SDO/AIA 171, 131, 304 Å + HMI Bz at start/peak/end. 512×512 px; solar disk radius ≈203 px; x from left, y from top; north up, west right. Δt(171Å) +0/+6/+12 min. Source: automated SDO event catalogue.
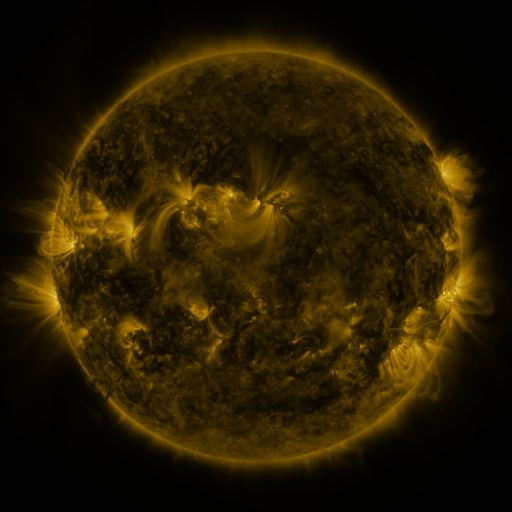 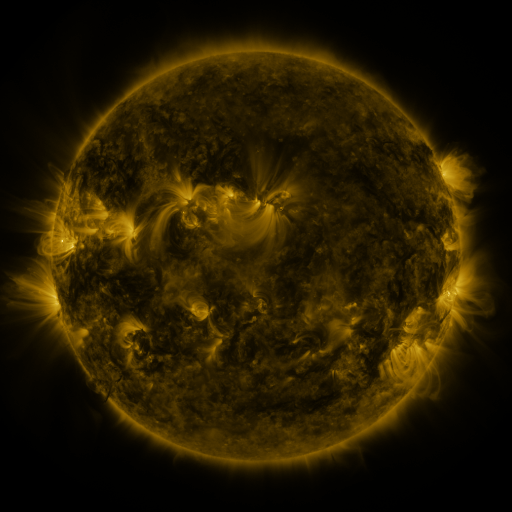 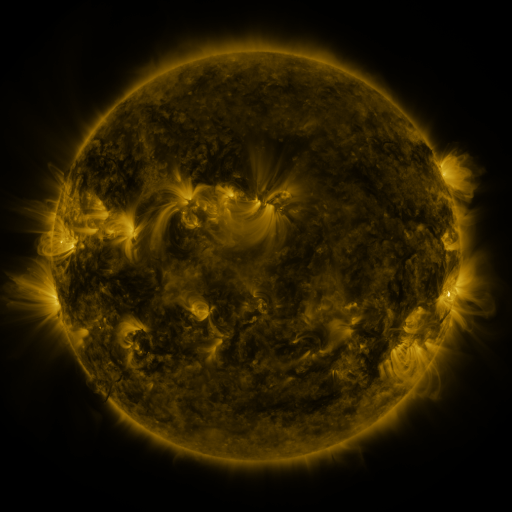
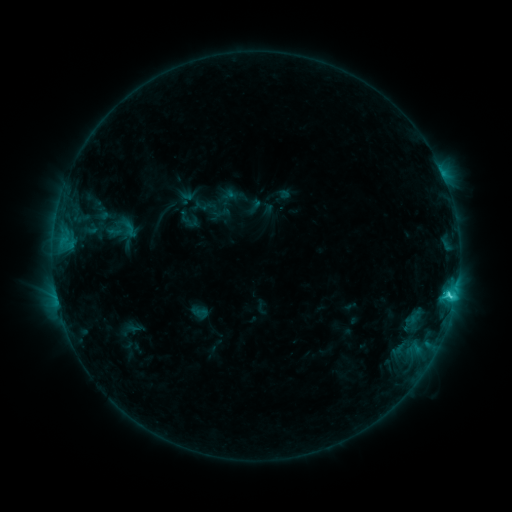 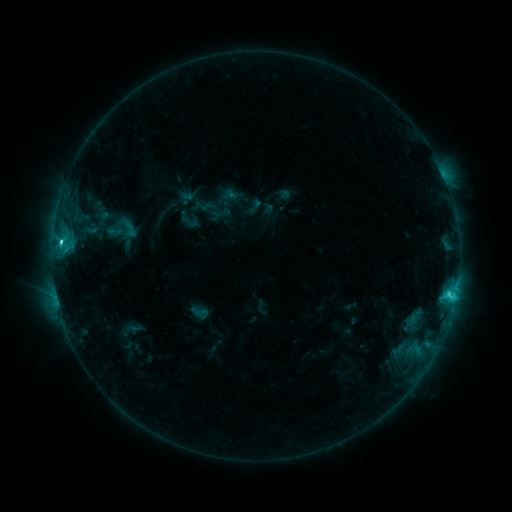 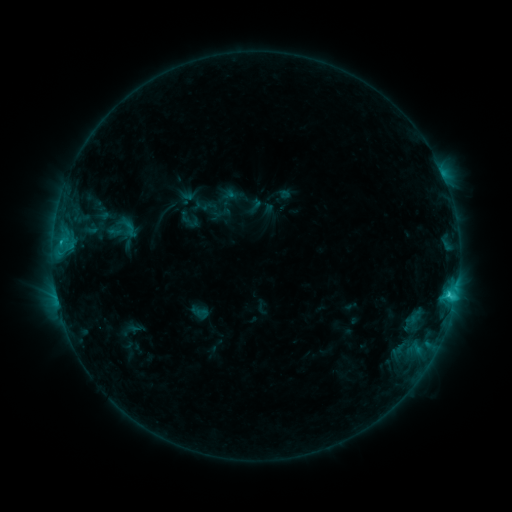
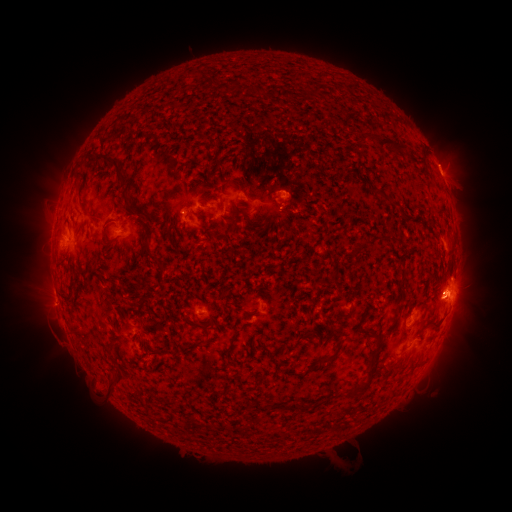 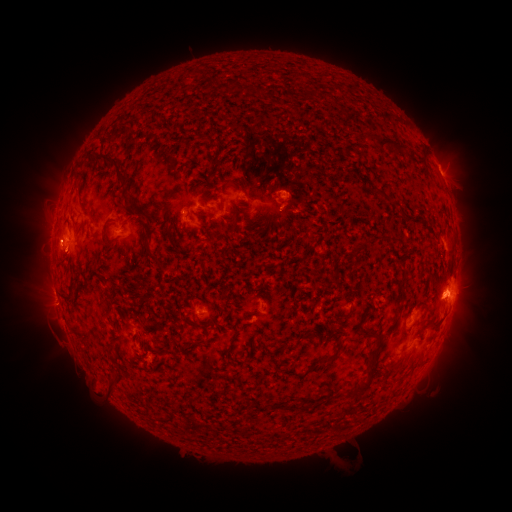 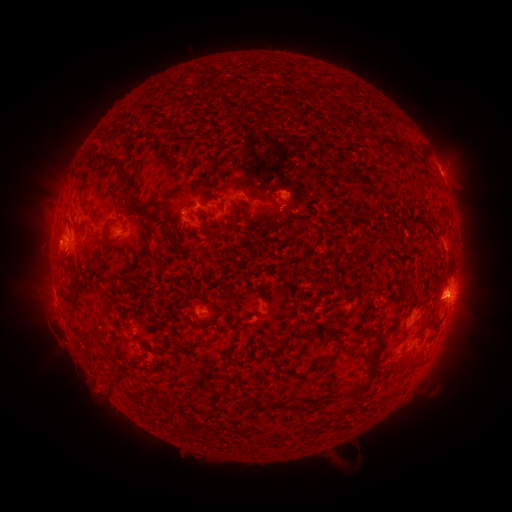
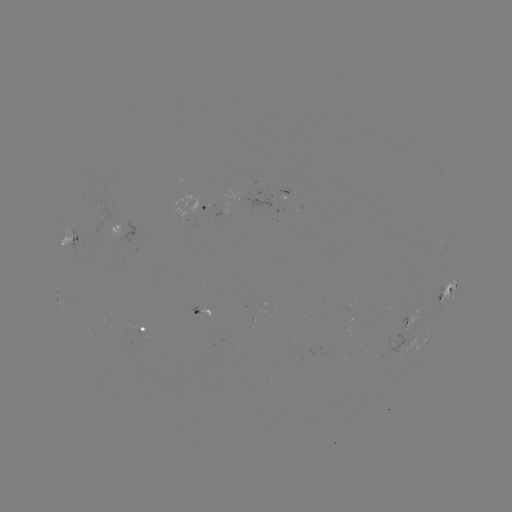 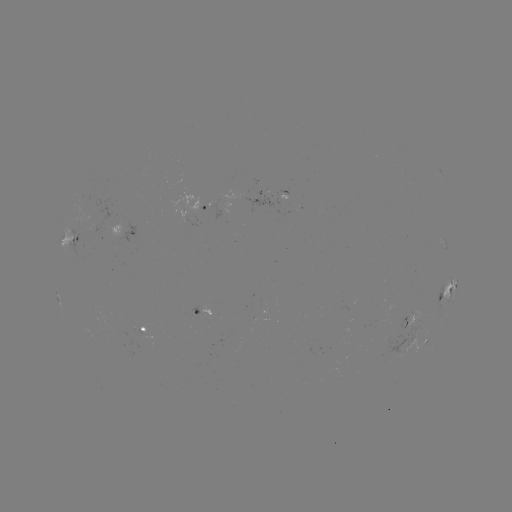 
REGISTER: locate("C4.7 flare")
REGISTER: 61,243